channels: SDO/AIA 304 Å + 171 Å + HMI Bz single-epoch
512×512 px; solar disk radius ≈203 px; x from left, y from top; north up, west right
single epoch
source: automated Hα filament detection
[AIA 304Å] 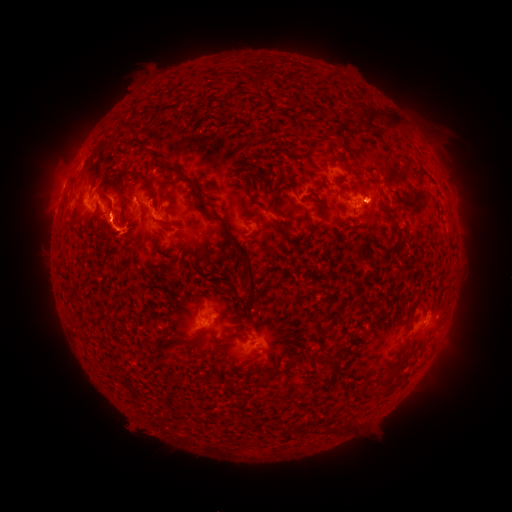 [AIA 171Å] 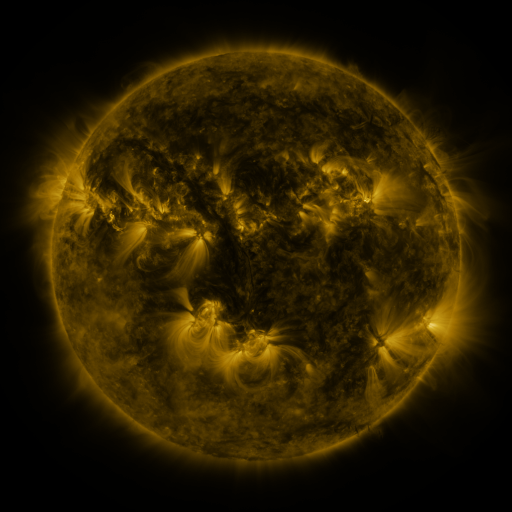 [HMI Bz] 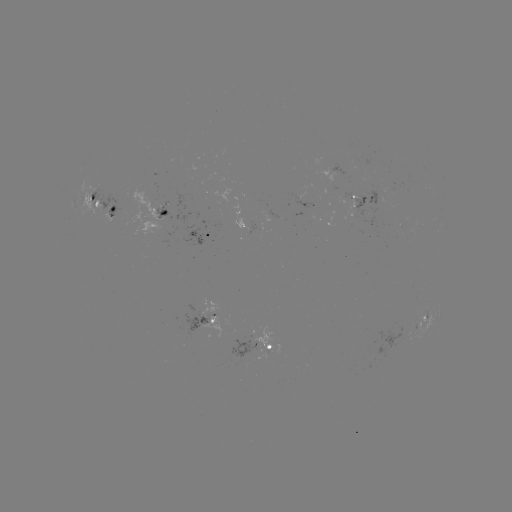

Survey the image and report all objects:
filament: (372, 117)
filament: (99, 162)
filament: (178, 172)
filament: (145, 179)
filament: (97, 202)
filament: (163, 212)
filament: (248, 267)
filament: (334, 320)
filament: (328, 362)
filament: (396, 373)
